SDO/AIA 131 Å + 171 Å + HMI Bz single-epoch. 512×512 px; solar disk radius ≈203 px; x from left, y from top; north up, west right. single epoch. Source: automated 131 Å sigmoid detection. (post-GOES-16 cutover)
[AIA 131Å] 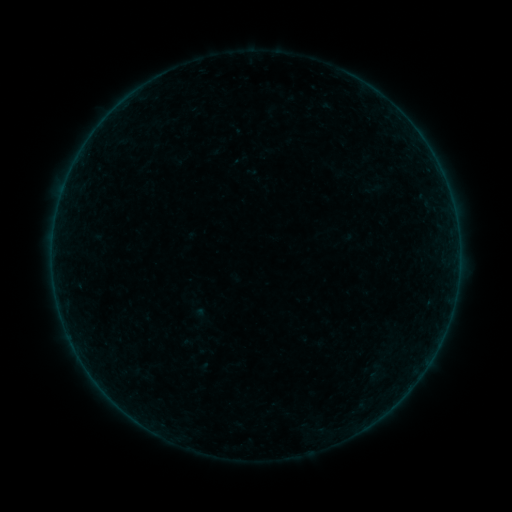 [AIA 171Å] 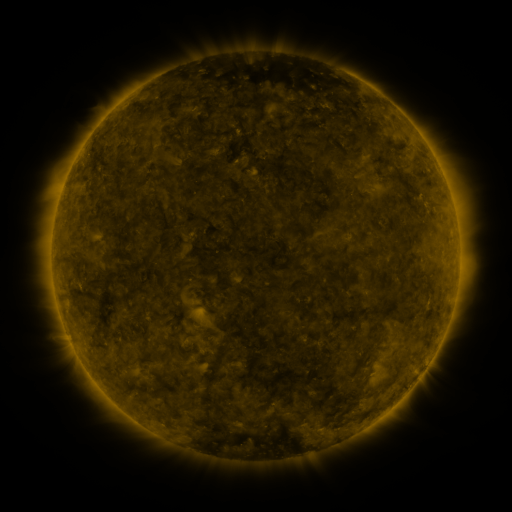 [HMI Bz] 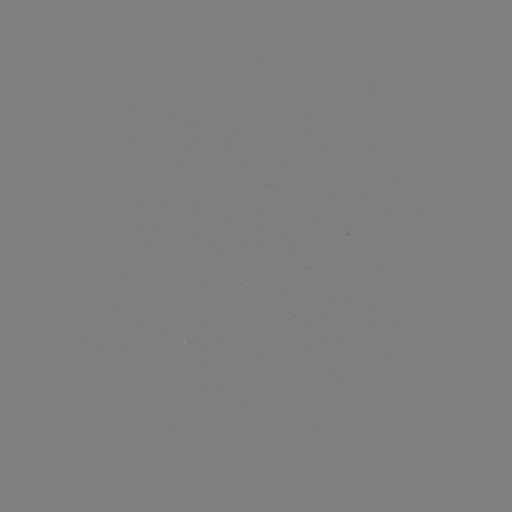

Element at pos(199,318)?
sigmoid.